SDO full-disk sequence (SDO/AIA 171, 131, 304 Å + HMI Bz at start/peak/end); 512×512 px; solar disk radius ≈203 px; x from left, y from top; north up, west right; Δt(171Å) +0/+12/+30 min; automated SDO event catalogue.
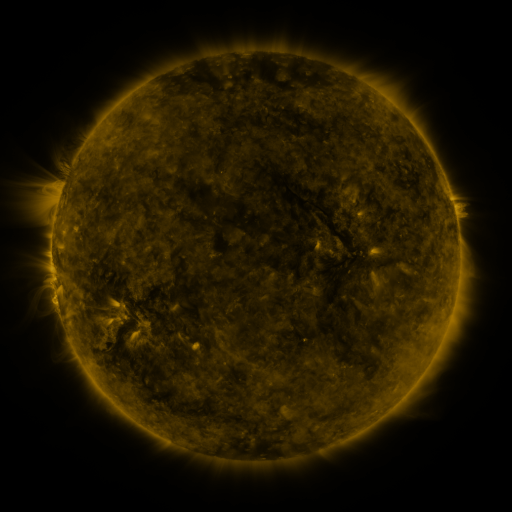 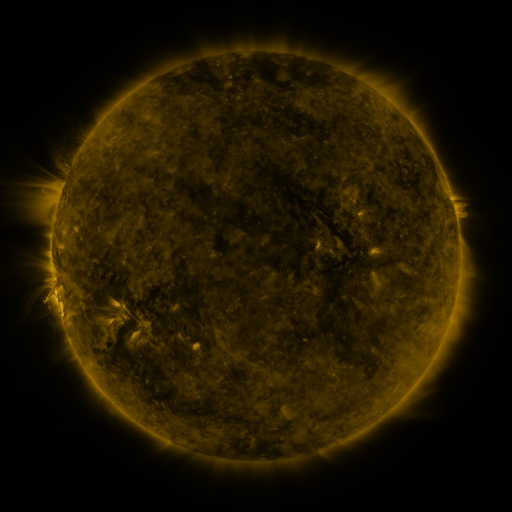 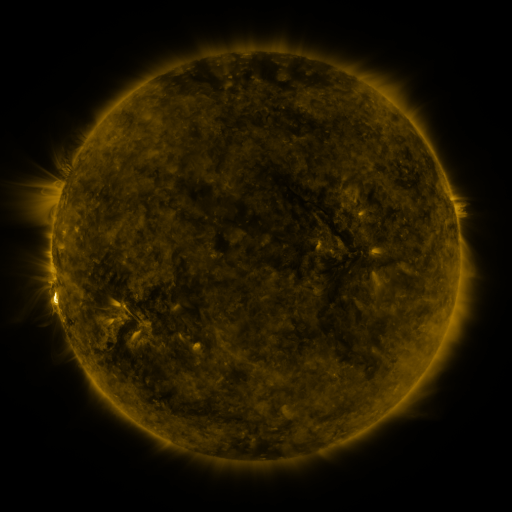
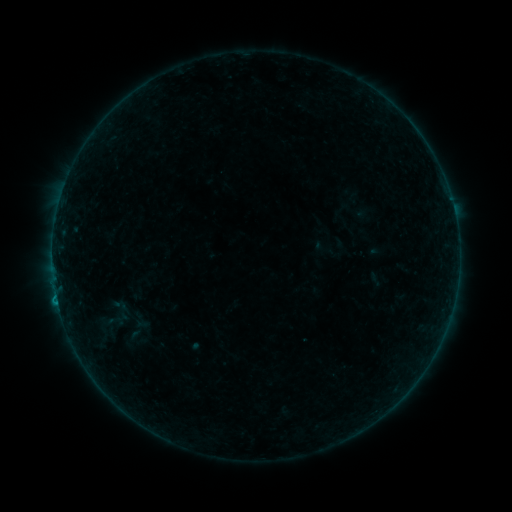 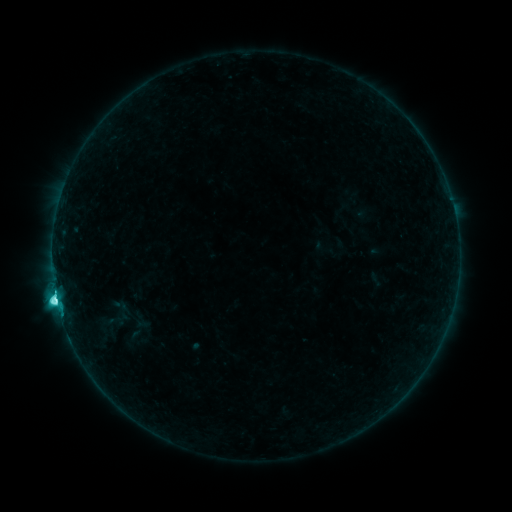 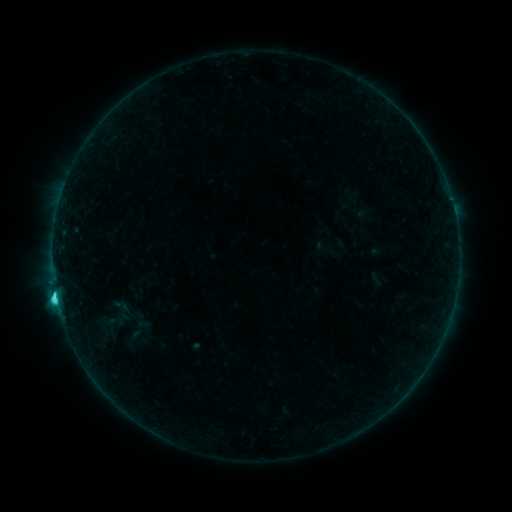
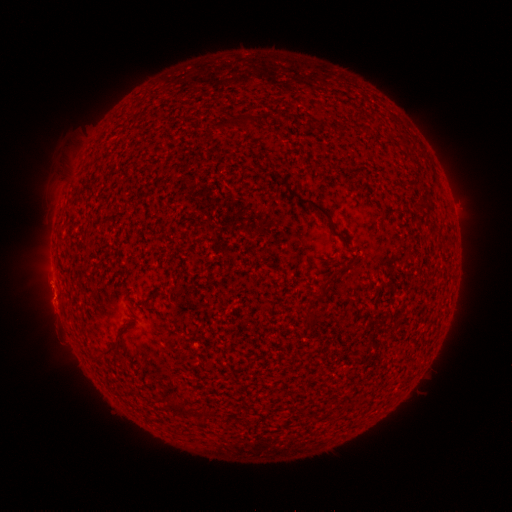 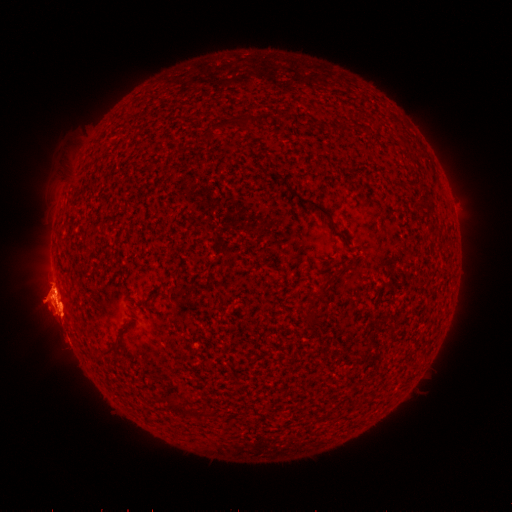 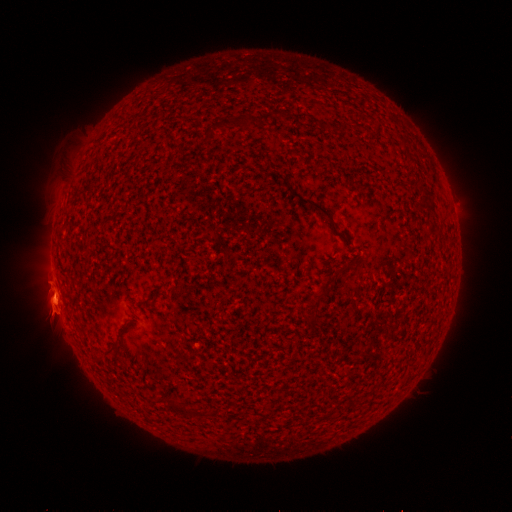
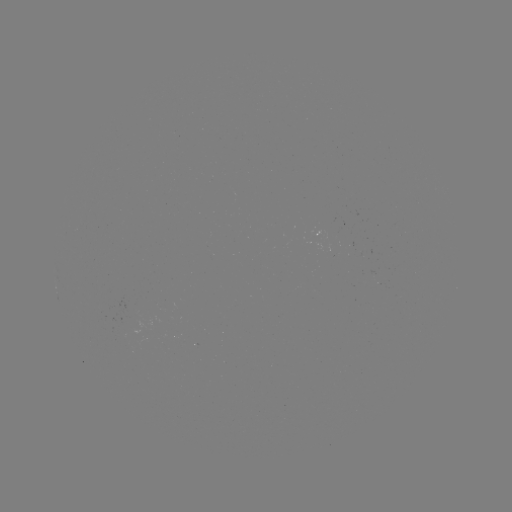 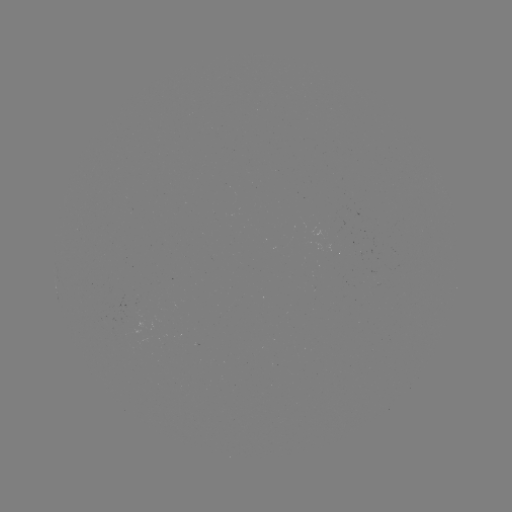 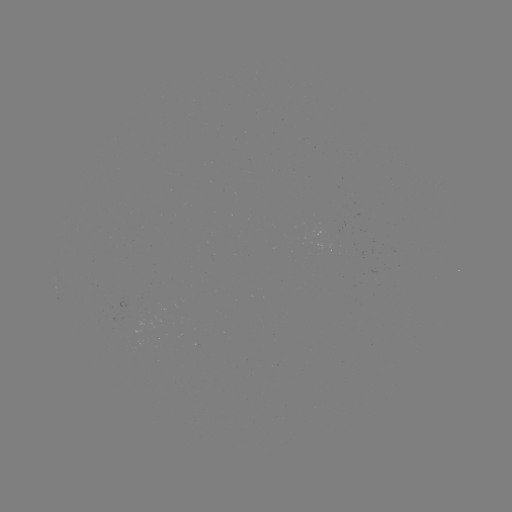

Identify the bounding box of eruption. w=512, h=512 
[14, 258, 98, 344].